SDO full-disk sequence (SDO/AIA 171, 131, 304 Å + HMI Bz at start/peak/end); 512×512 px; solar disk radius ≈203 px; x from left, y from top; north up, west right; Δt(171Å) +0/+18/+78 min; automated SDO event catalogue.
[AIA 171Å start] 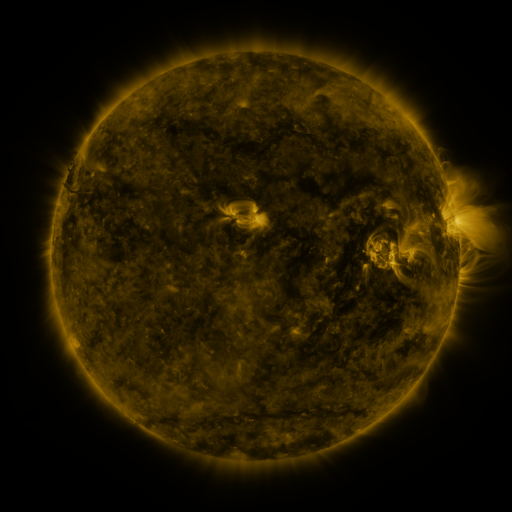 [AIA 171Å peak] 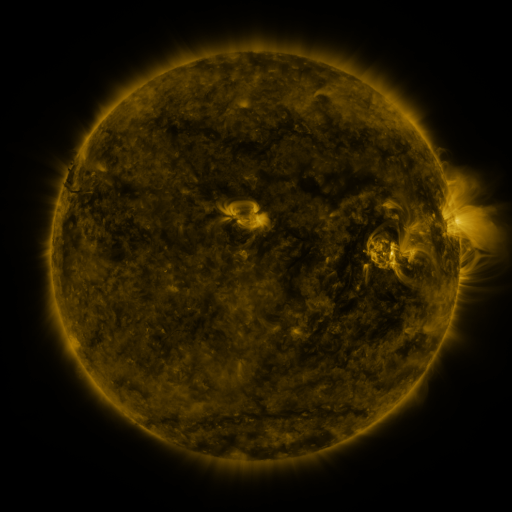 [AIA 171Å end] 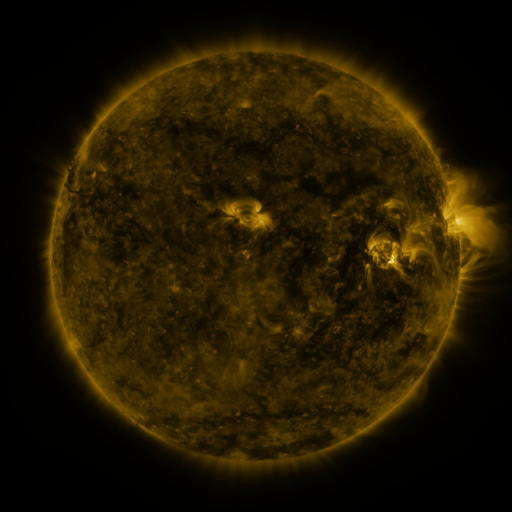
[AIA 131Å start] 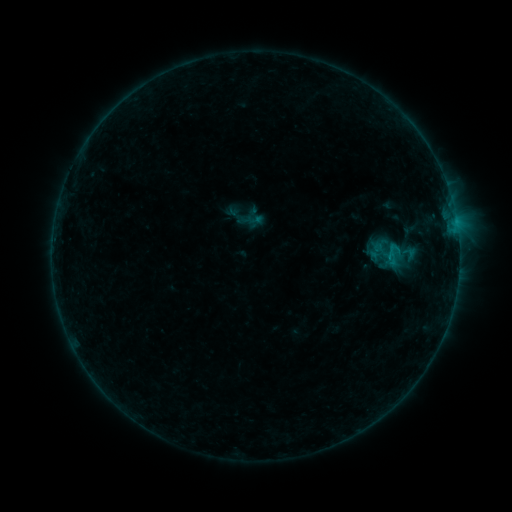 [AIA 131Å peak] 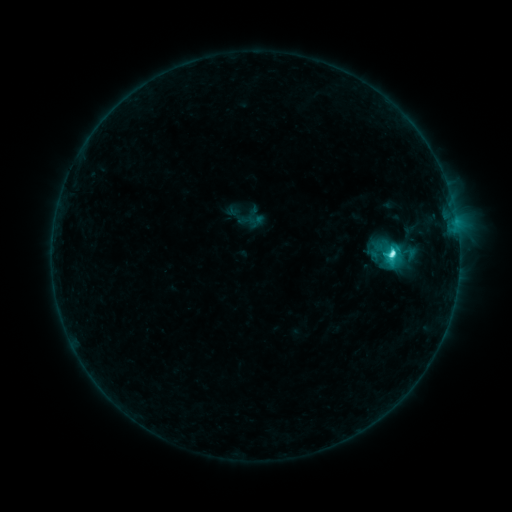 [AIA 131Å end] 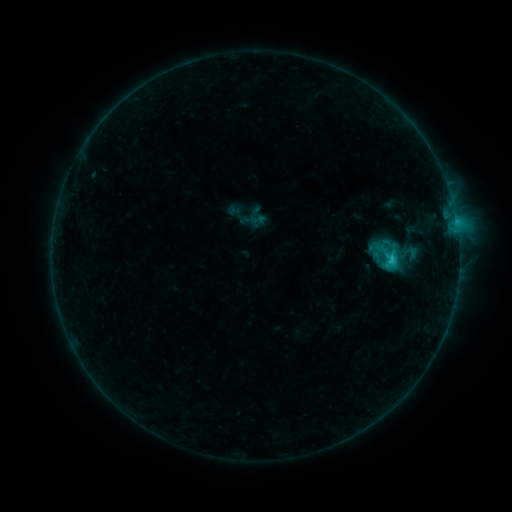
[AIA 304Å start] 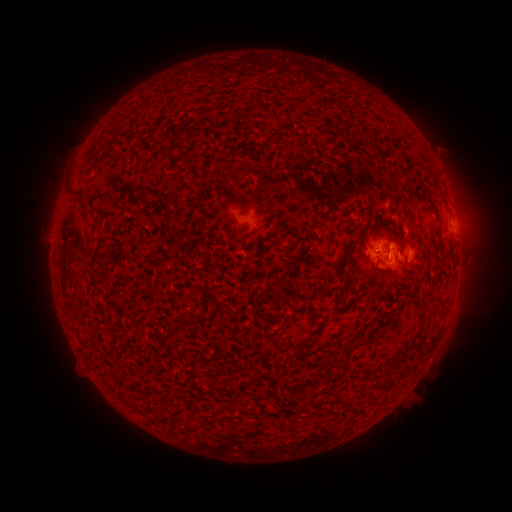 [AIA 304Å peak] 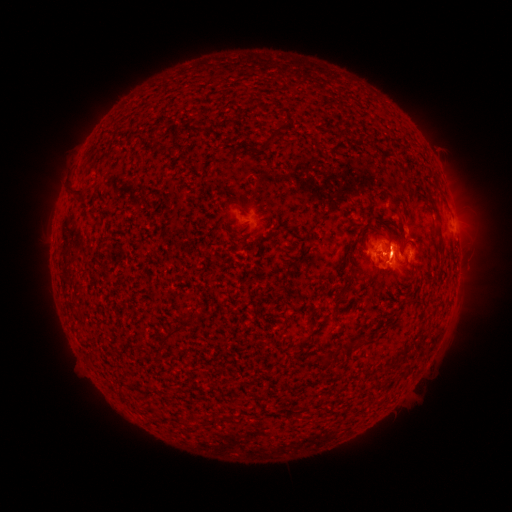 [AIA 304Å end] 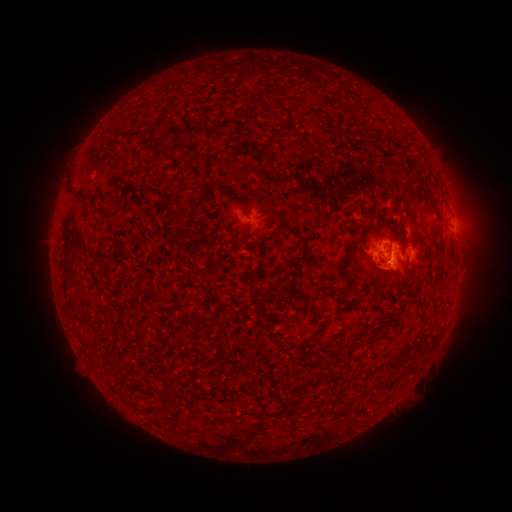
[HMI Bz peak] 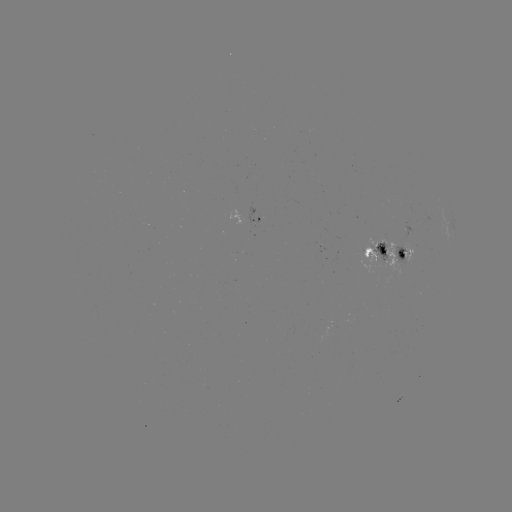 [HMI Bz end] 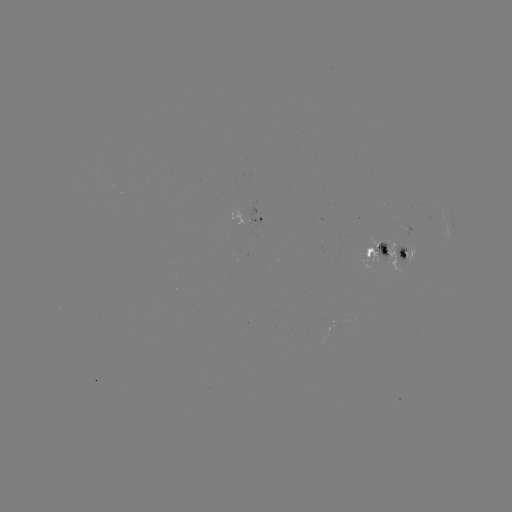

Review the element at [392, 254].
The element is C4.6 flare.